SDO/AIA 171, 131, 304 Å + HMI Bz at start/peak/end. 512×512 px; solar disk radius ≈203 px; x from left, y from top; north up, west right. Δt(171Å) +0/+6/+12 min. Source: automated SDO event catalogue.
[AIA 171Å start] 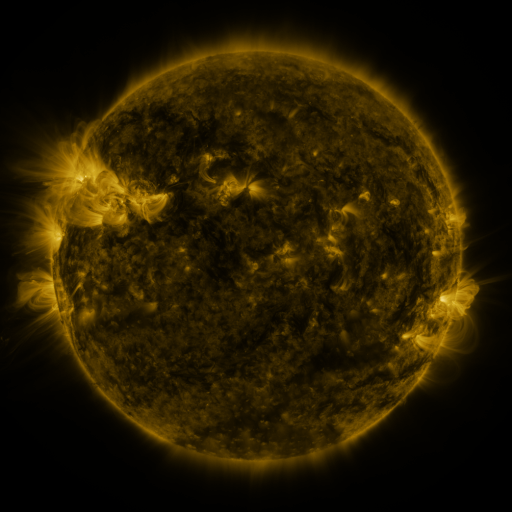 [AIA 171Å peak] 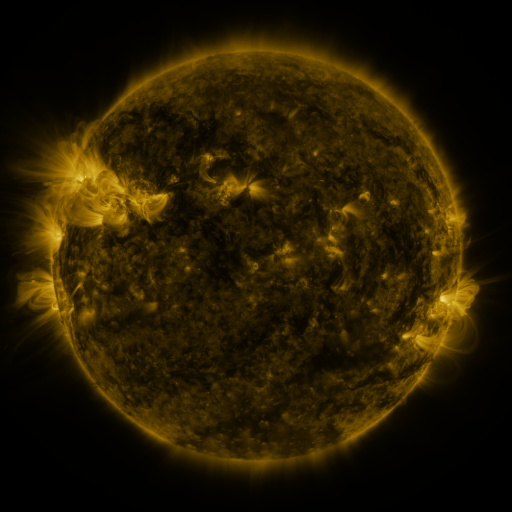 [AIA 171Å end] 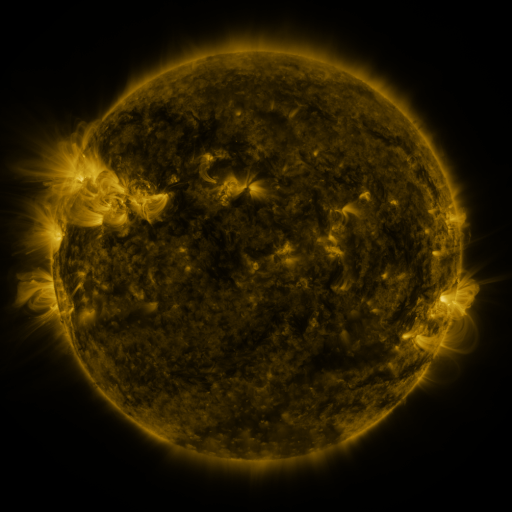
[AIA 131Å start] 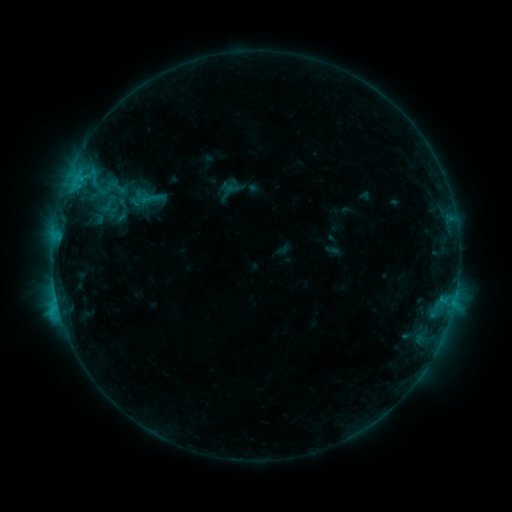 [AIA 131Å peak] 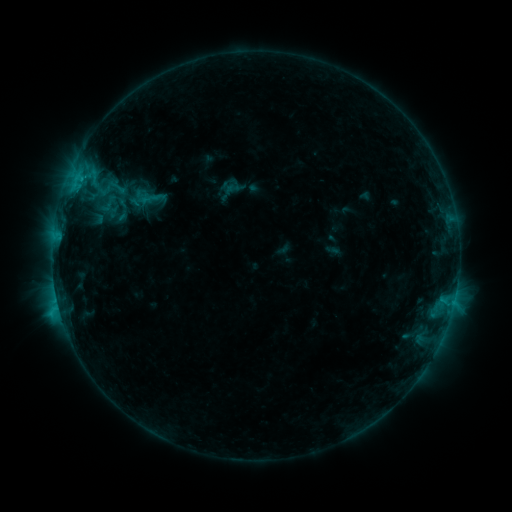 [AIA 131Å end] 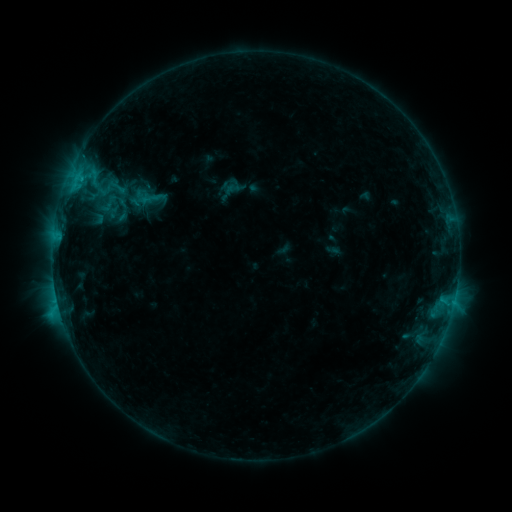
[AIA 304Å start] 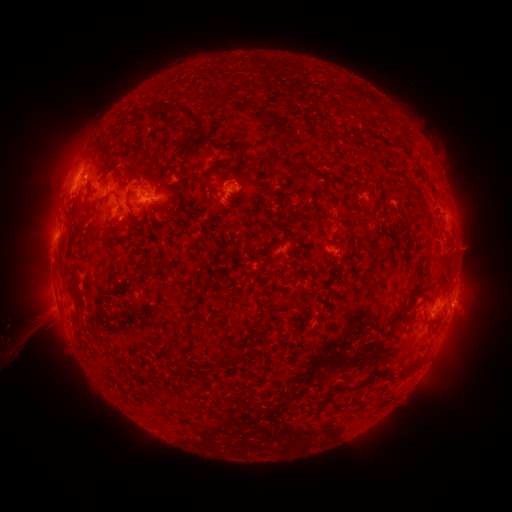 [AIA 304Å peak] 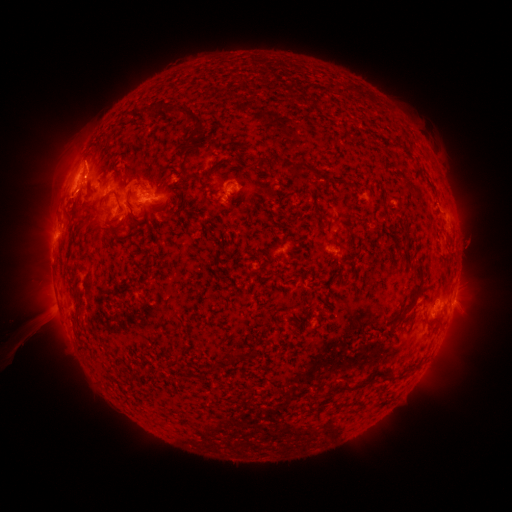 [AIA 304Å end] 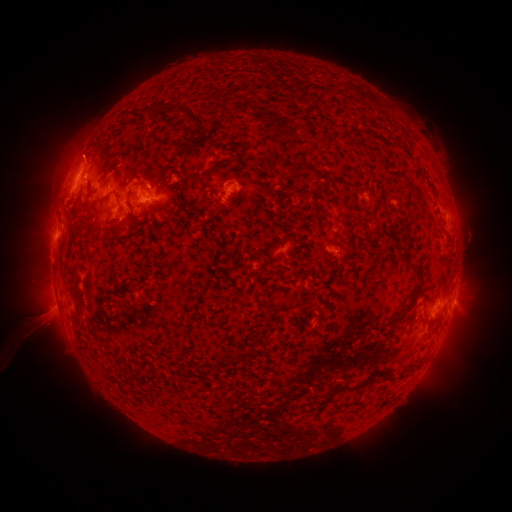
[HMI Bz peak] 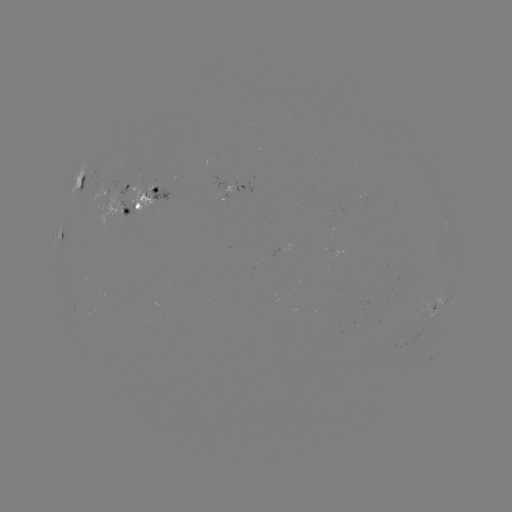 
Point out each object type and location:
eruption: (88, 155)
